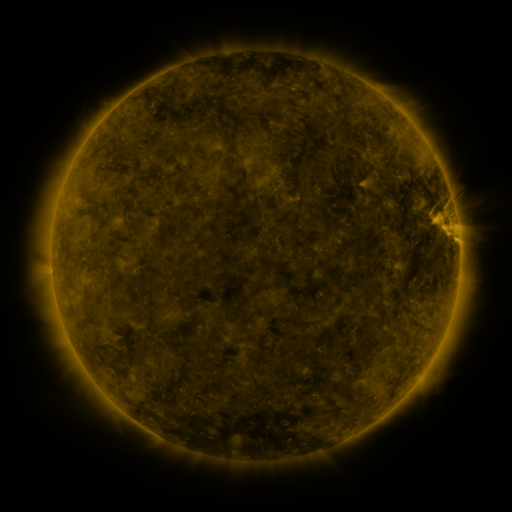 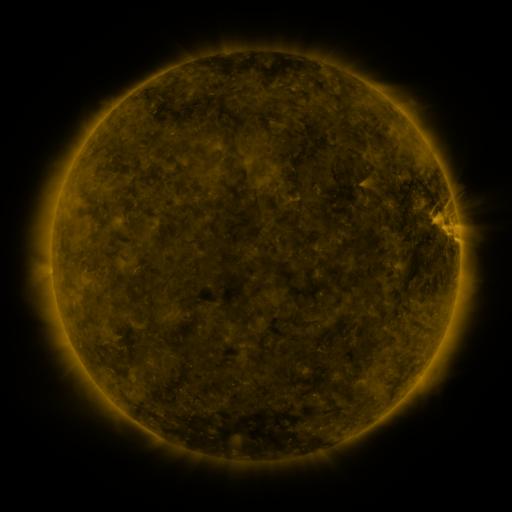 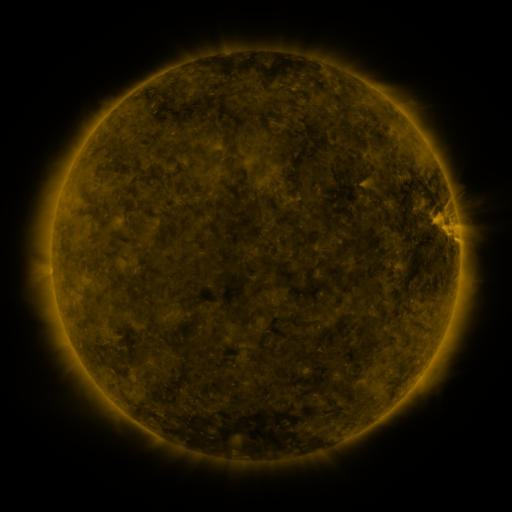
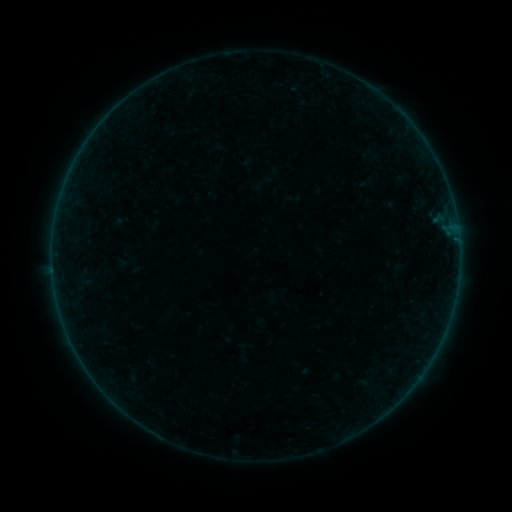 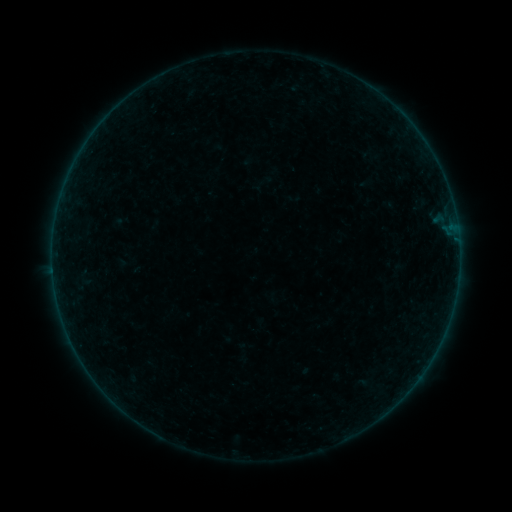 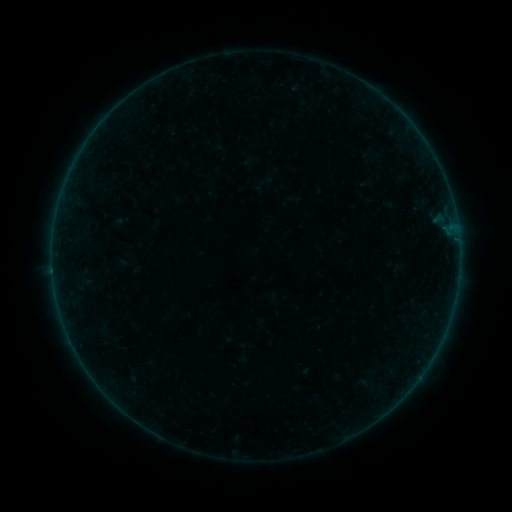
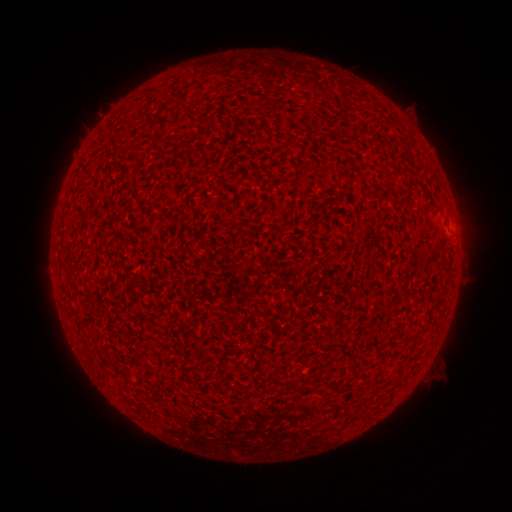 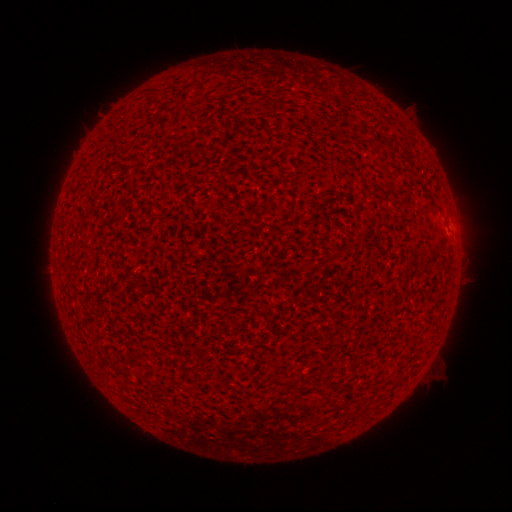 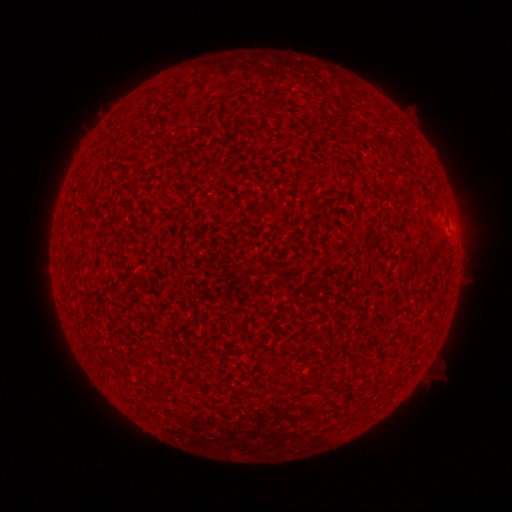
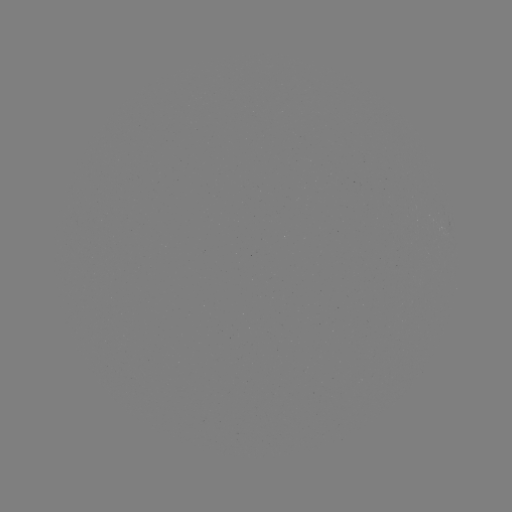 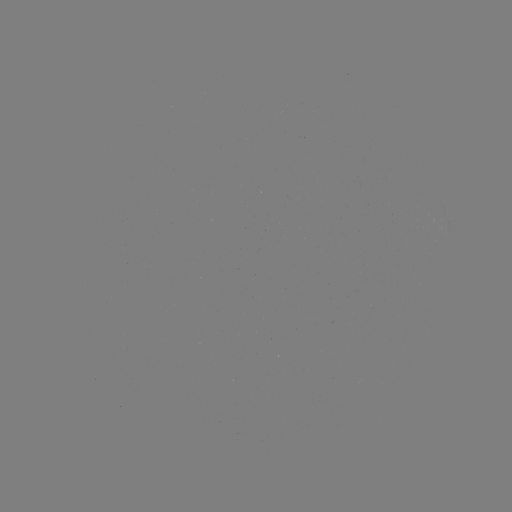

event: flare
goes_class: A1.6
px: (450, 227)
